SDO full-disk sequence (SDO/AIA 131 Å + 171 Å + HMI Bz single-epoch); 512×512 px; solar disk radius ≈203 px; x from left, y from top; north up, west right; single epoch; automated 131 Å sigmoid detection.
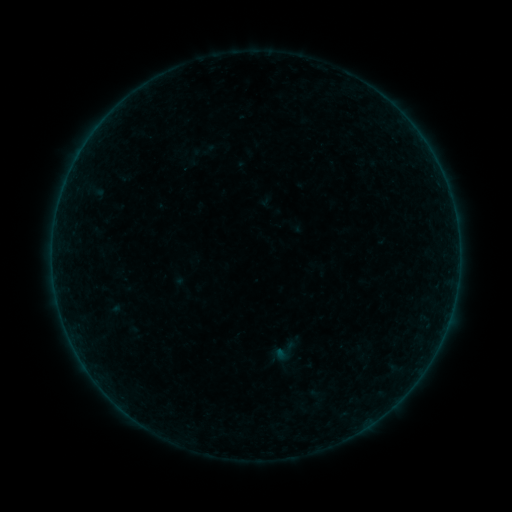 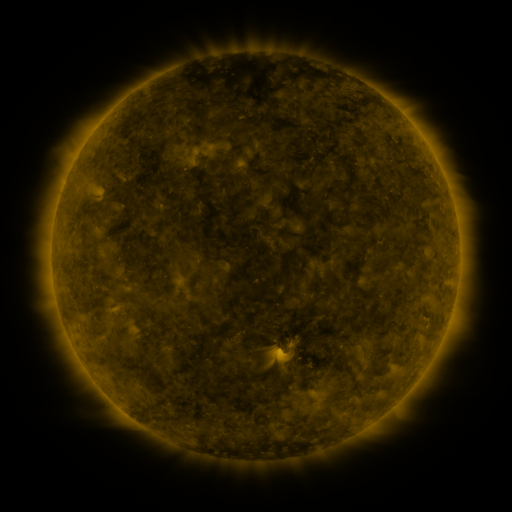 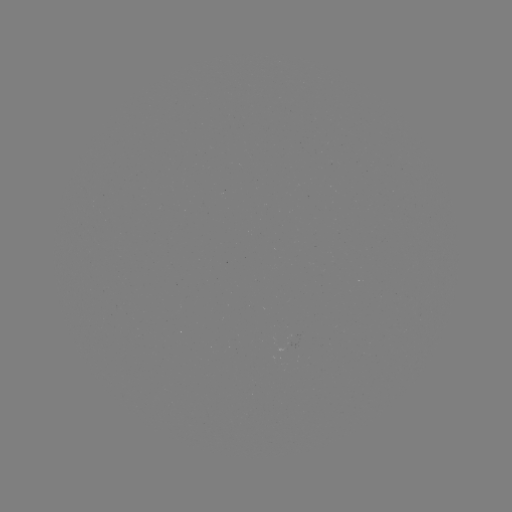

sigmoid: (273, 340, 297, 363)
